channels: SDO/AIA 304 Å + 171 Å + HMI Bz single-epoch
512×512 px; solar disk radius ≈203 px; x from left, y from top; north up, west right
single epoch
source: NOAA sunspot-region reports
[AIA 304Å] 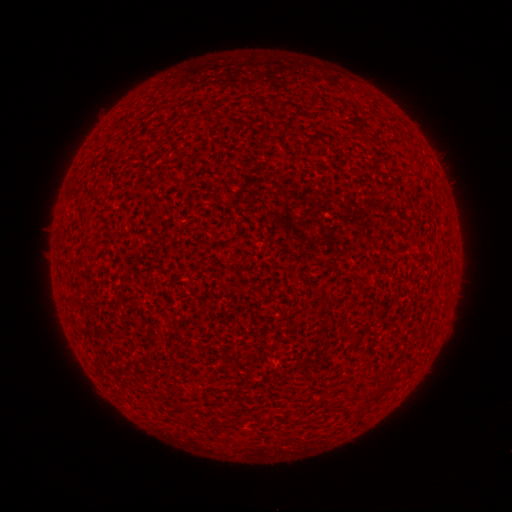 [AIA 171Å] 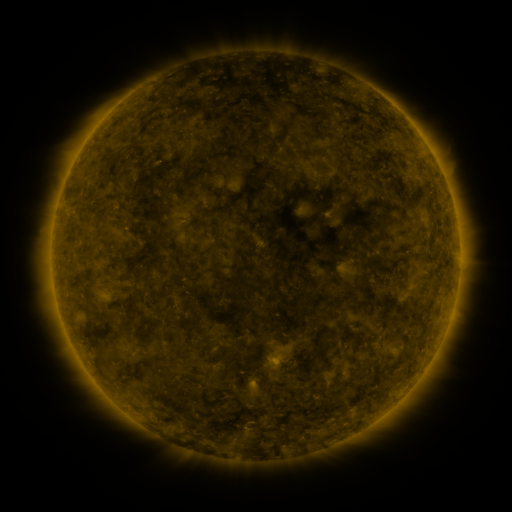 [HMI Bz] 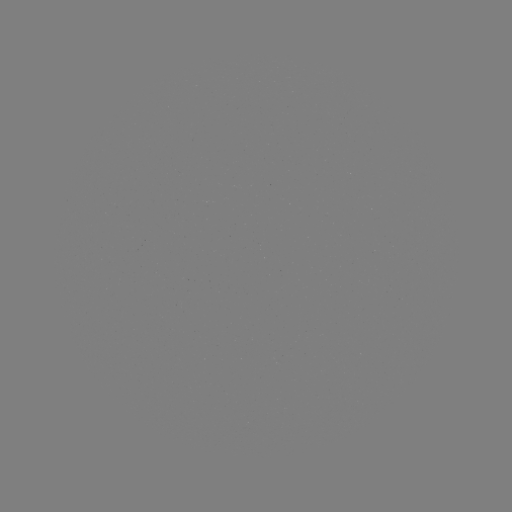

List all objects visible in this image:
(none)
